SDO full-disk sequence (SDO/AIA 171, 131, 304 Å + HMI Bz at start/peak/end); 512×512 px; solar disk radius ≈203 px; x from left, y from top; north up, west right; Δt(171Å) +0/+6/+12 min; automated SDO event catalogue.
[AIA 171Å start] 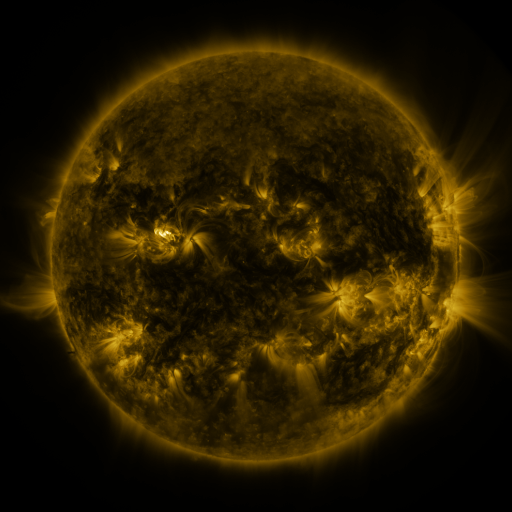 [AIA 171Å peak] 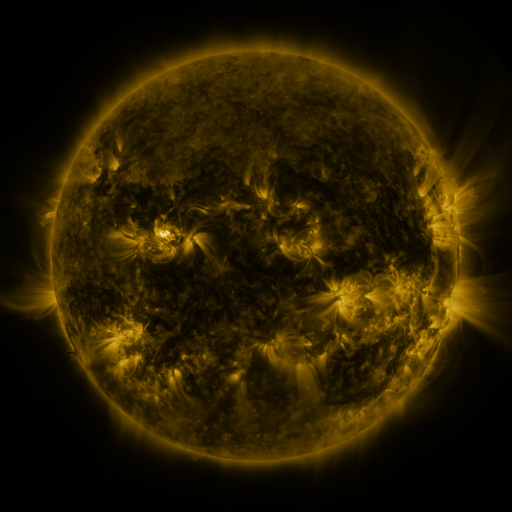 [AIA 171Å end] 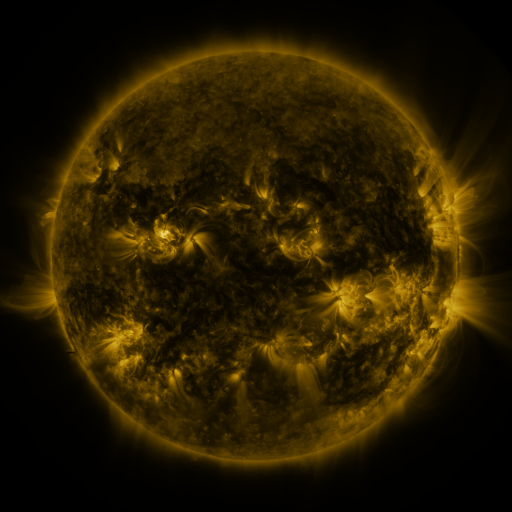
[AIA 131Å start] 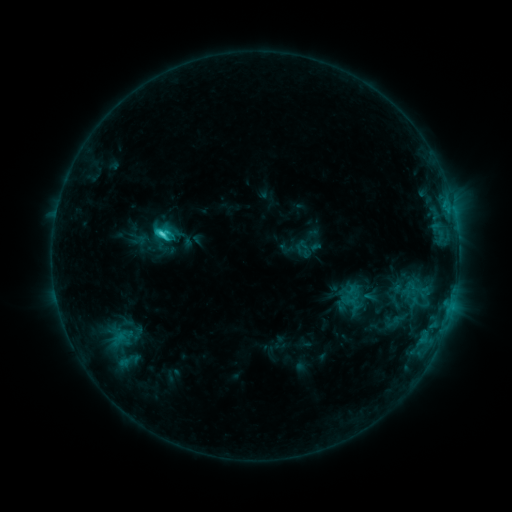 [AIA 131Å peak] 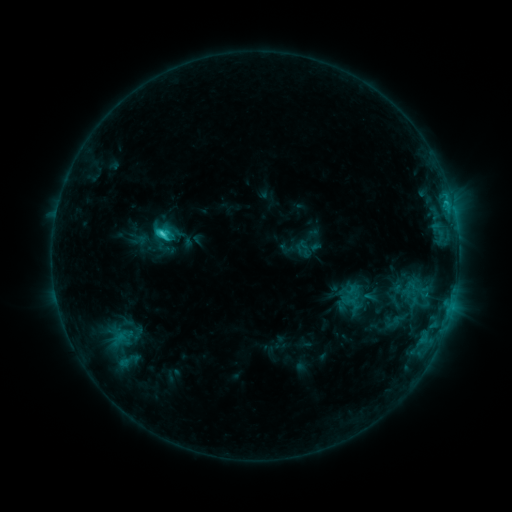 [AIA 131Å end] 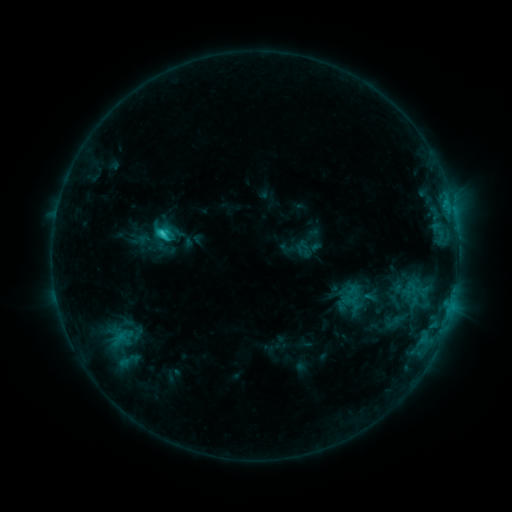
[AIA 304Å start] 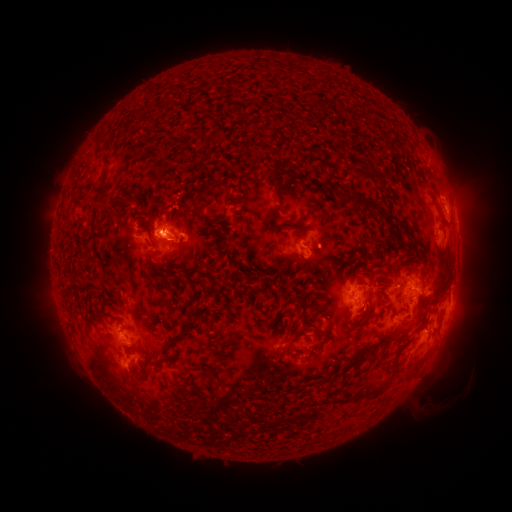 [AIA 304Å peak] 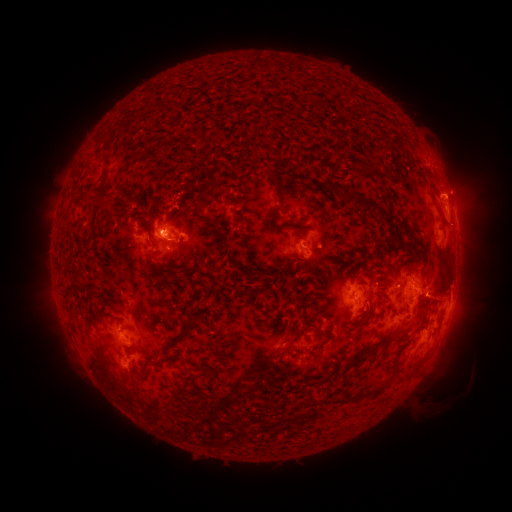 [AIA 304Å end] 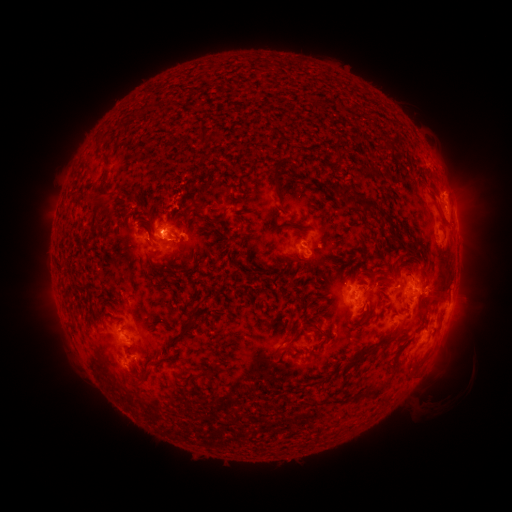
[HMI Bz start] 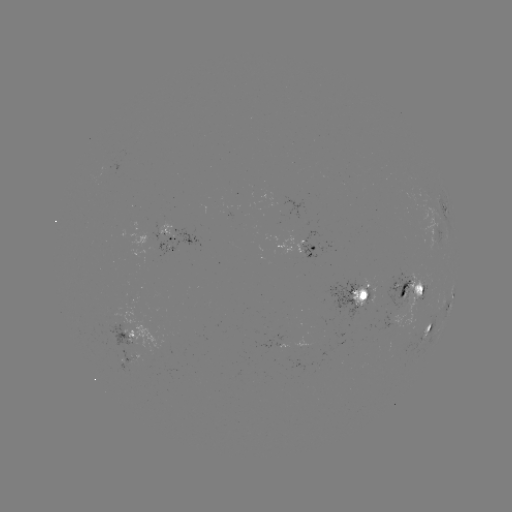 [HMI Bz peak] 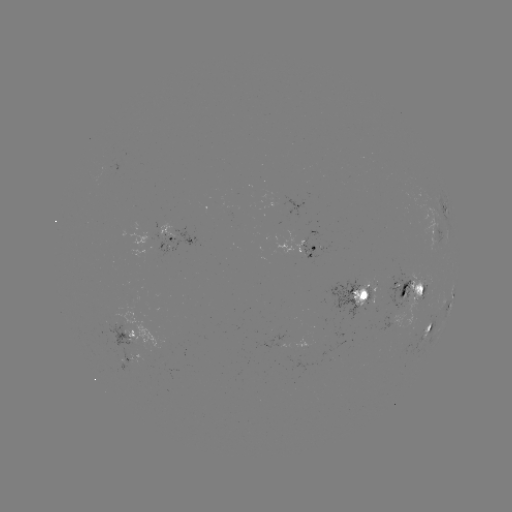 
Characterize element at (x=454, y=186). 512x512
eruption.